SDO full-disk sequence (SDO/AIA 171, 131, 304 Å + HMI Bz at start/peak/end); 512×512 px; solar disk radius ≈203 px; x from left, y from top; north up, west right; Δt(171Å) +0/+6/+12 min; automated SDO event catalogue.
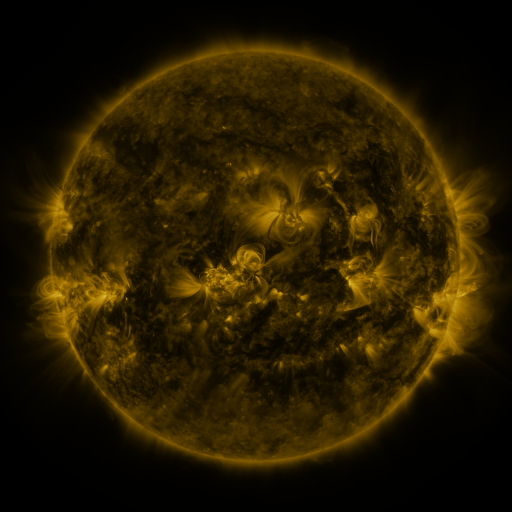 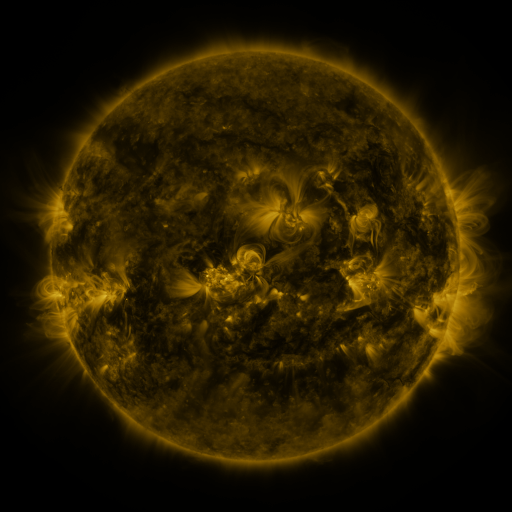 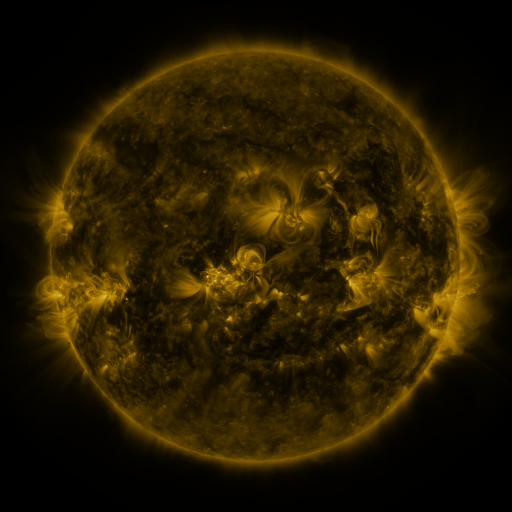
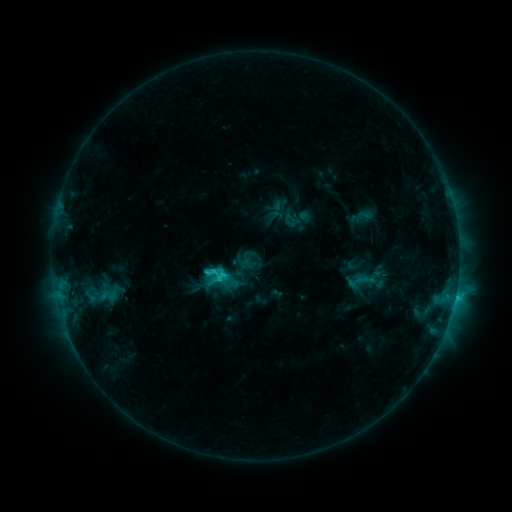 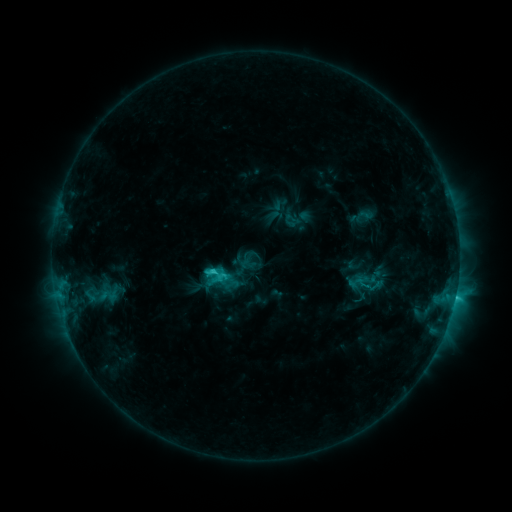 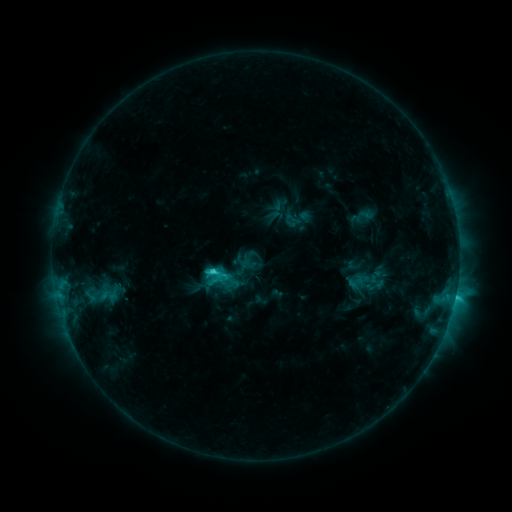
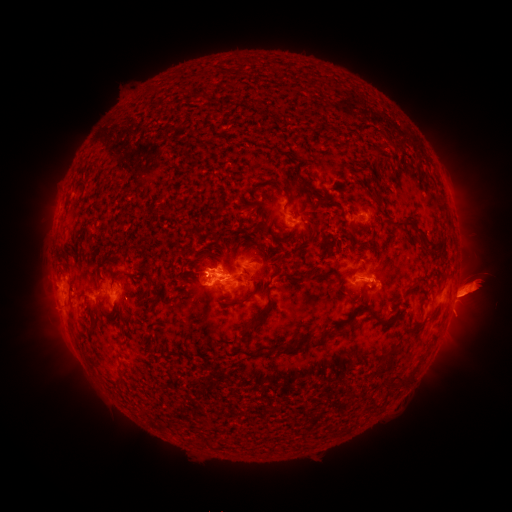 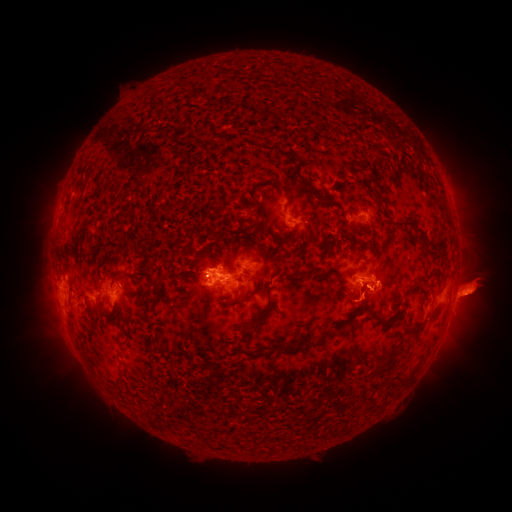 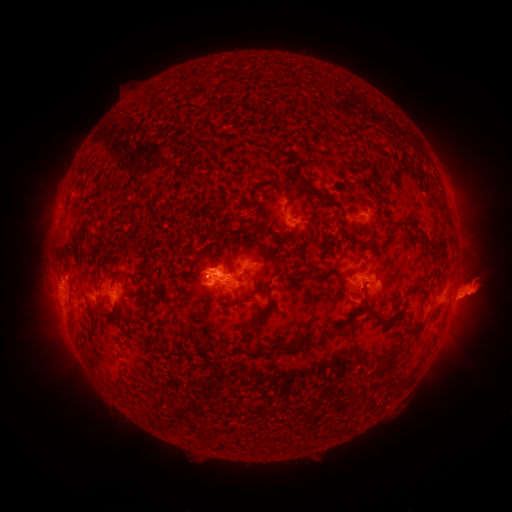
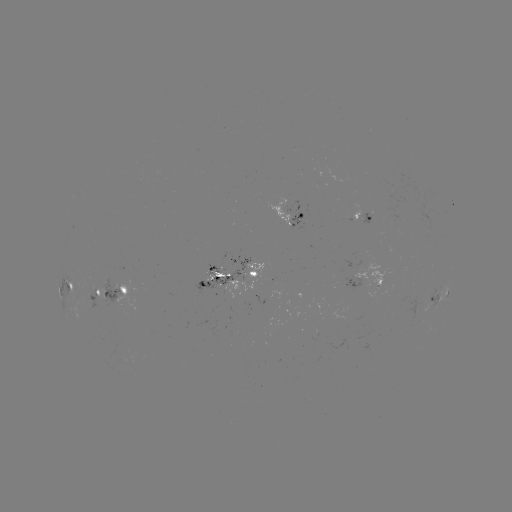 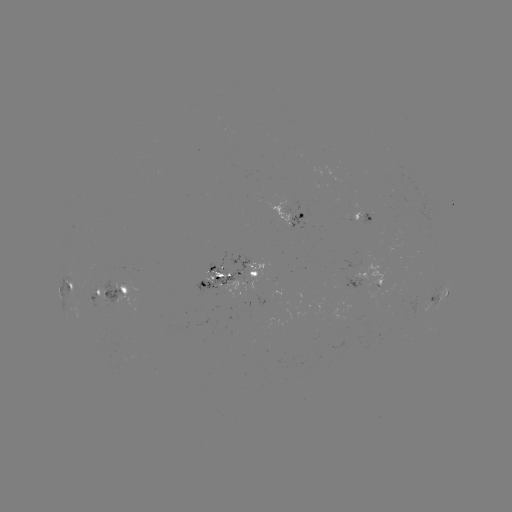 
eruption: <bbox>335, 273, 396, 331</bbox>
